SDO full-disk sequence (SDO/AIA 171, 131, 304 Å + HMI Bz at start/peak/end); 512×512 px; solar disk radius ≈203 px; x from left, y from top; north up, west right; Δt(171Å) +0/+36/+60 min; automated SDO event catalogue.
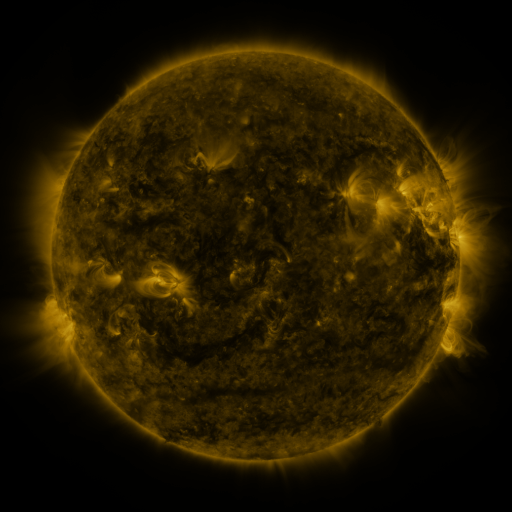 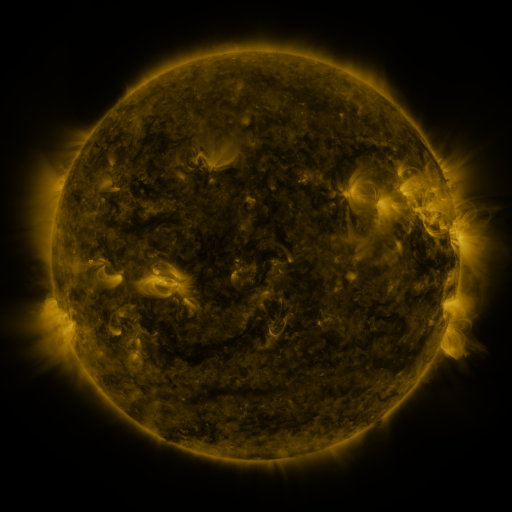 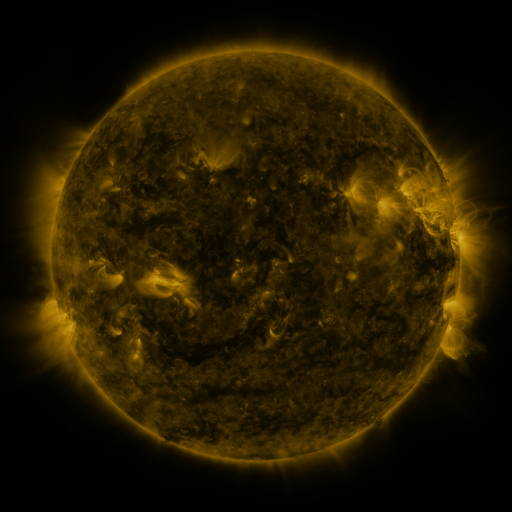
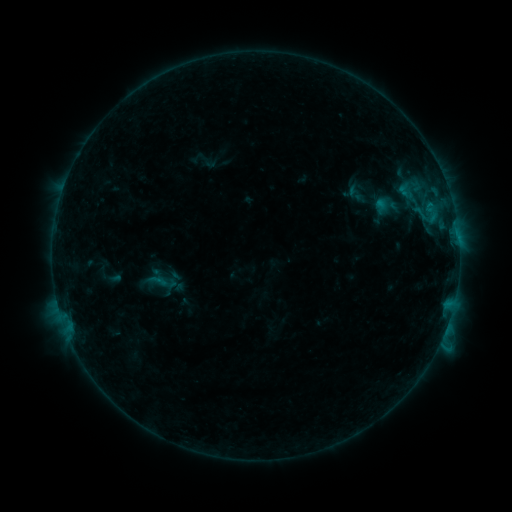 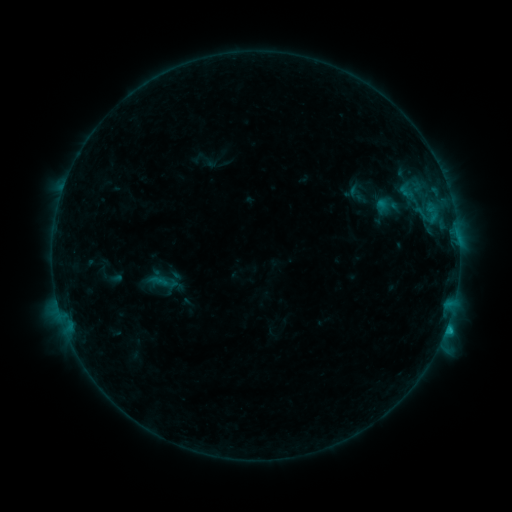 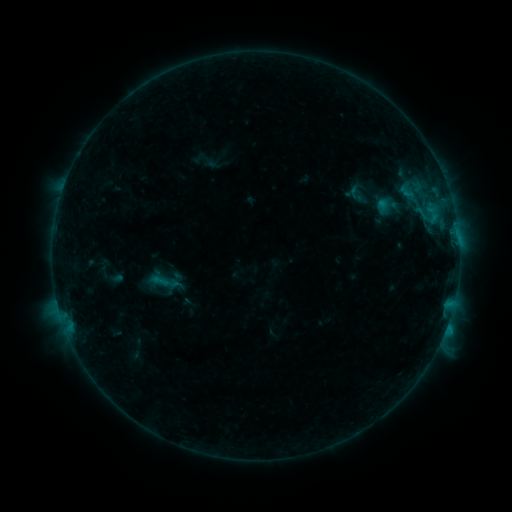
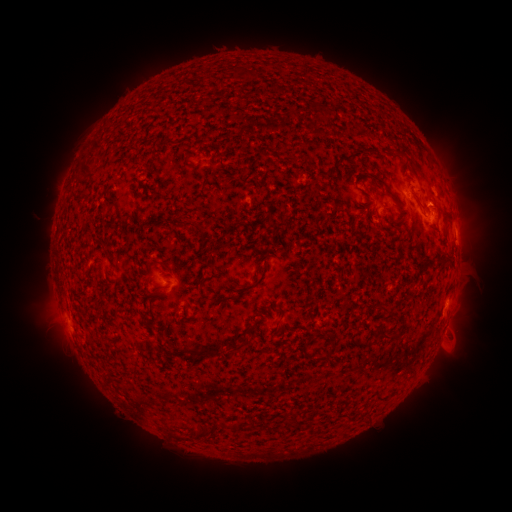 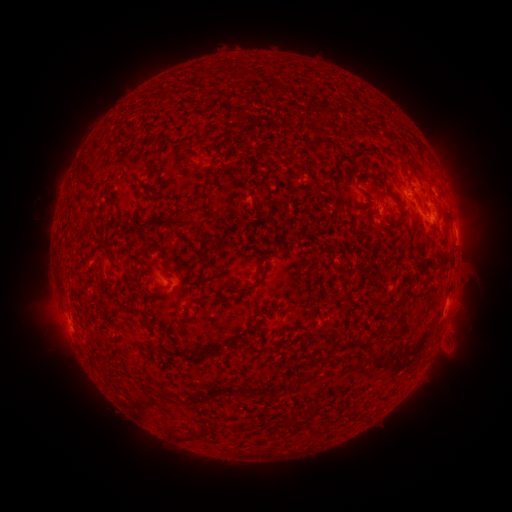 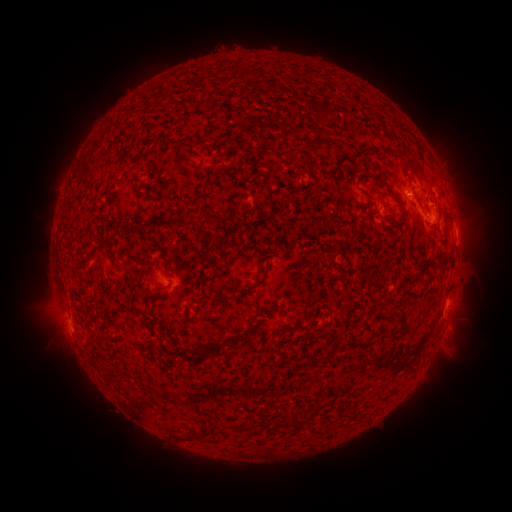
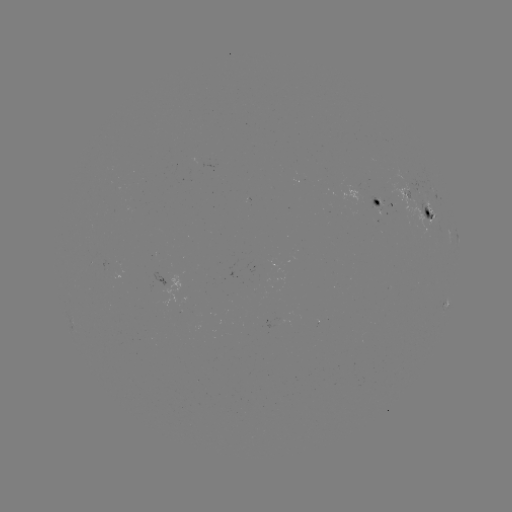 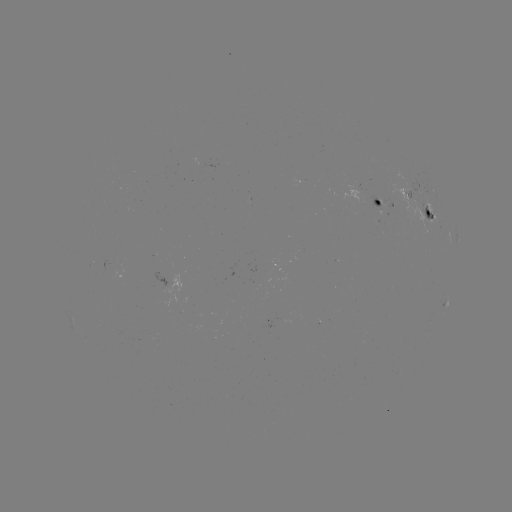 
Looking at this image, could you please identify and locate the B8.3 flare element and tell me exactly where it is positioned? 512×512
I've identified B8.3 flare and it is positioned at (446, 323).